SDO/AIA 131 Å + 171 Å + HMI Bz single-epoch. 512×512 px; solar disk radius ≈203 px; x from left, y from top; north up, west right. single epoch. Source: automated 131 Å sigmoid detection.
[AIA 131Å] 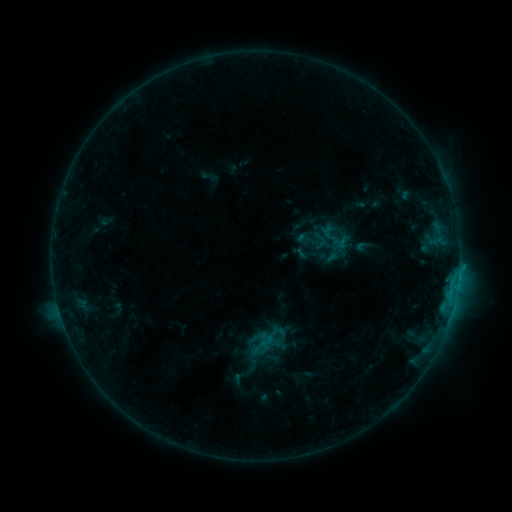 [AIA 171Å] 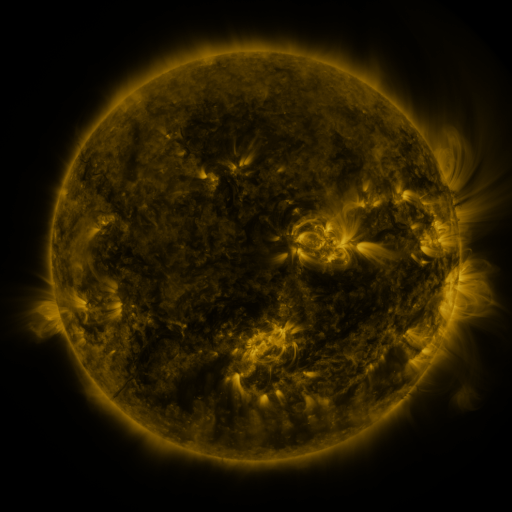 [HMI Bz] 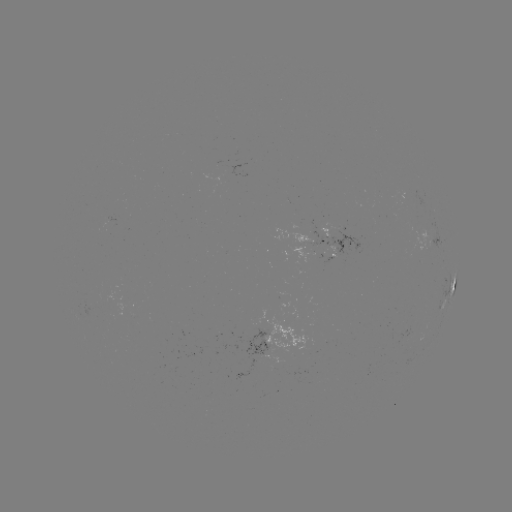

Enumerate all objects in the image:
sigmoid: [319, 223, 347, 248]
sigmoid: [310, 230, 330, 248]
